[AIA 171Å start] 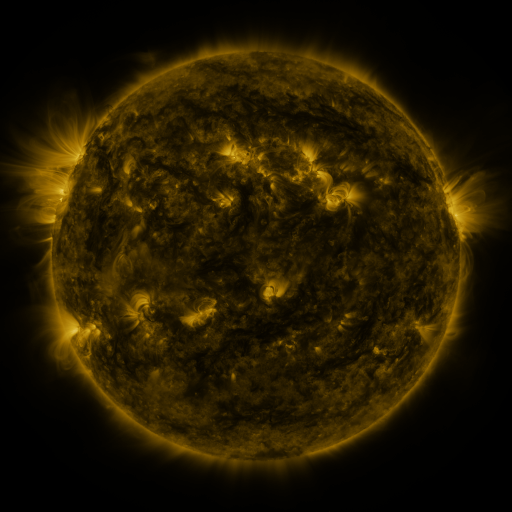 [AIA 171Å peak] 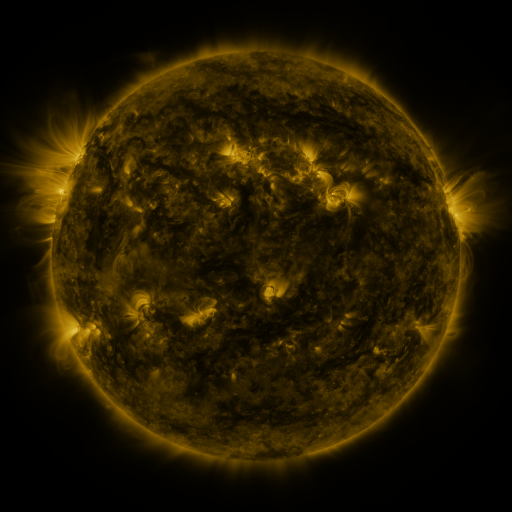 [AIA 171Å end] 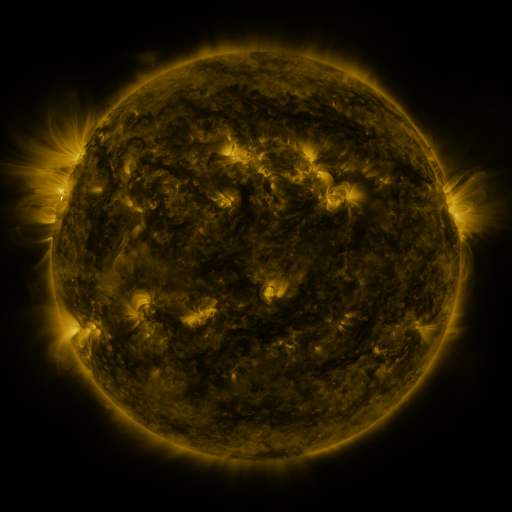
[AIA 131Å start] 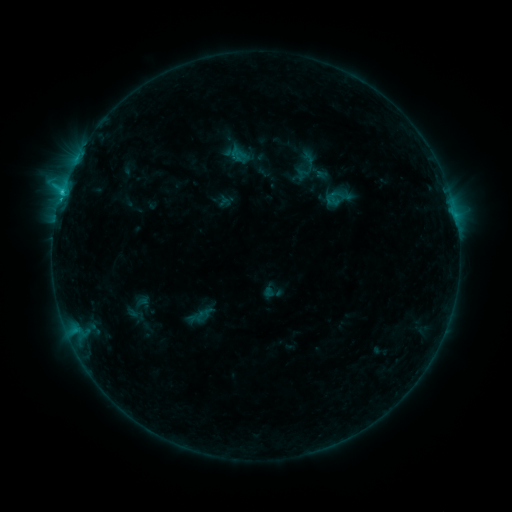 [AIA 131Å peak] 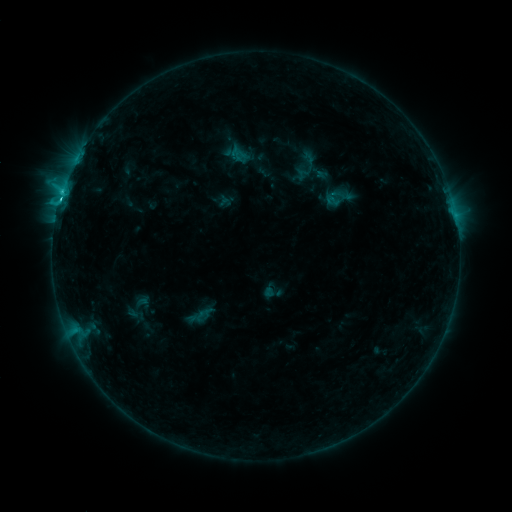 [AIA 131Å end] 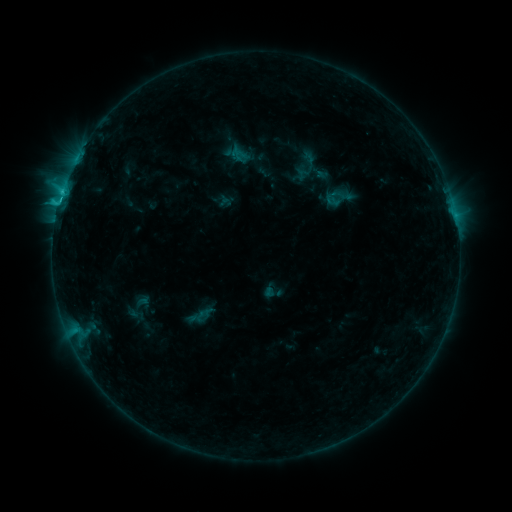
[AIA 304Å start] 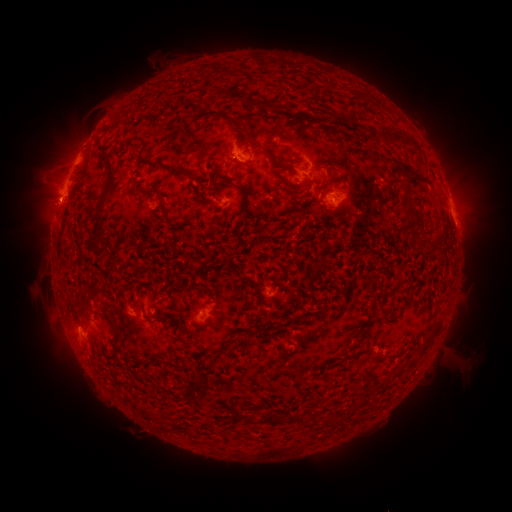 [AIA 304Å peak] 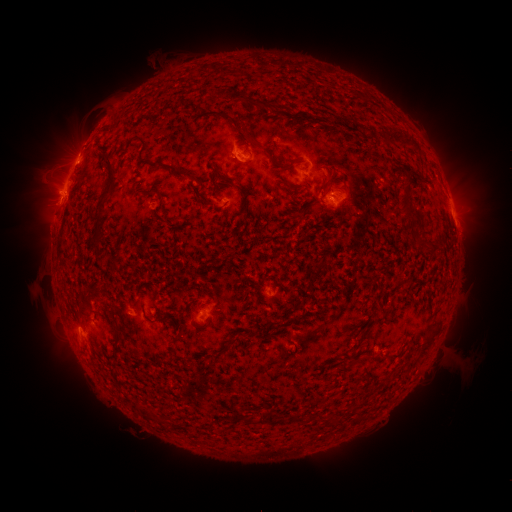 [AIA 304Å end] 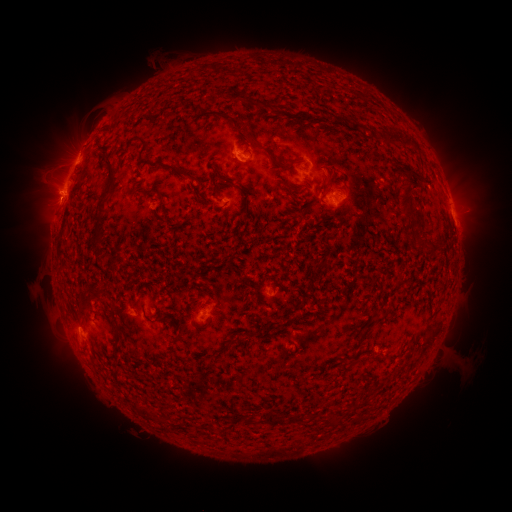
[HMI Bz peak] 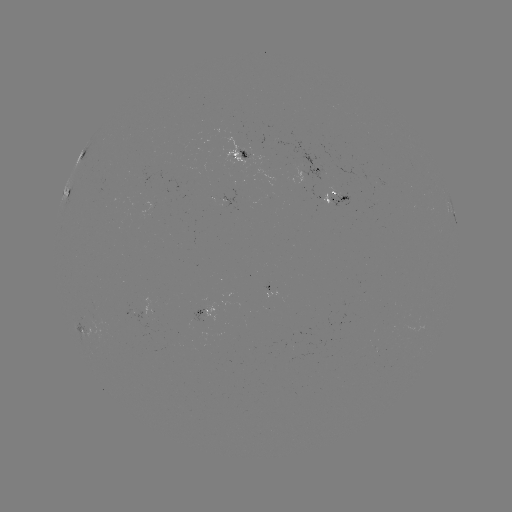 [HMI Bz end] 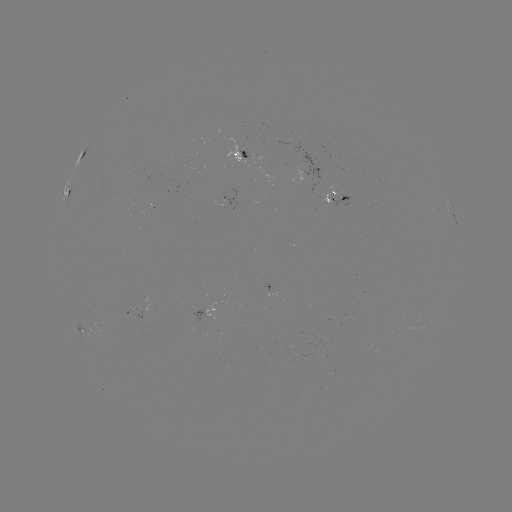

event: flare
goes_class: C2.1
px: (59, 203)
